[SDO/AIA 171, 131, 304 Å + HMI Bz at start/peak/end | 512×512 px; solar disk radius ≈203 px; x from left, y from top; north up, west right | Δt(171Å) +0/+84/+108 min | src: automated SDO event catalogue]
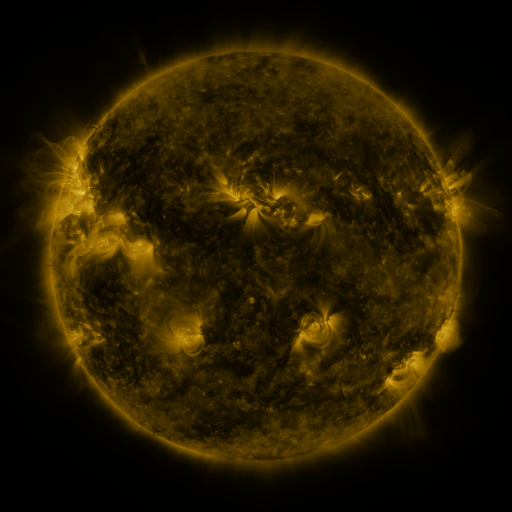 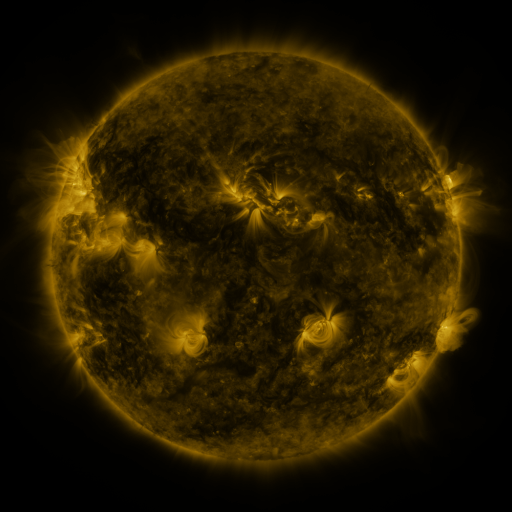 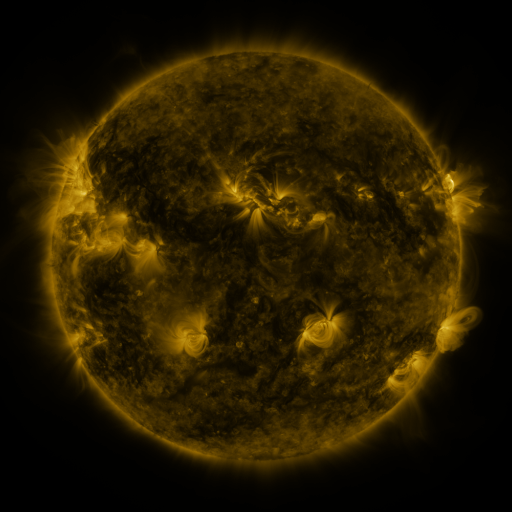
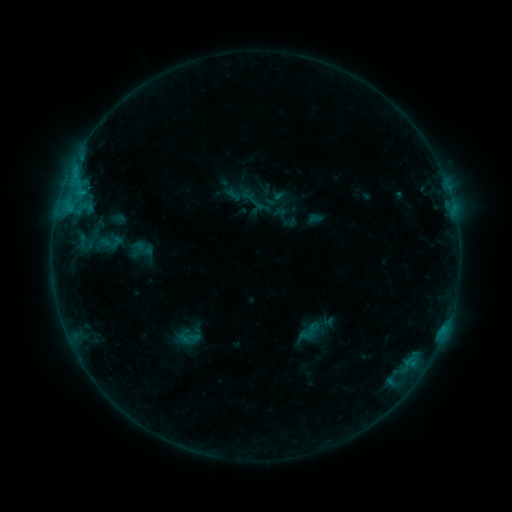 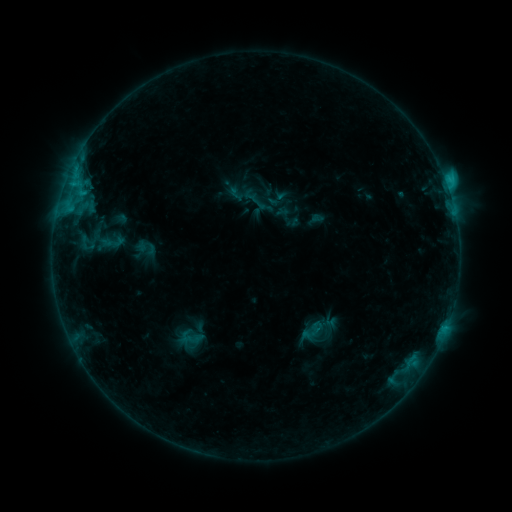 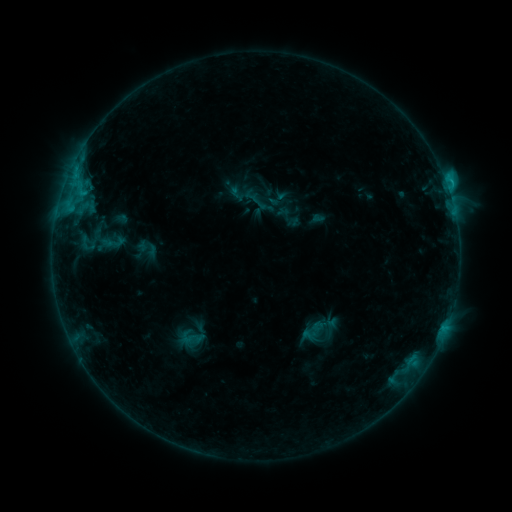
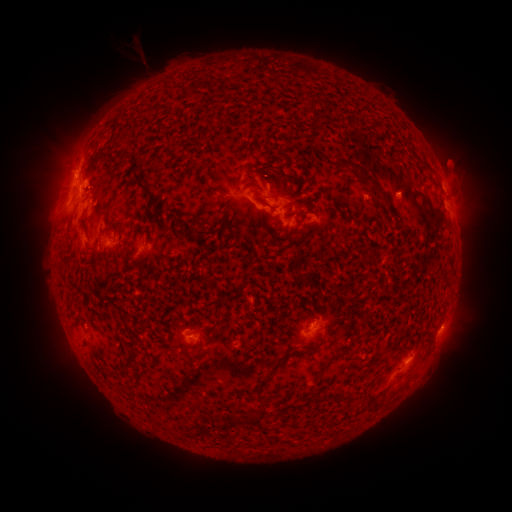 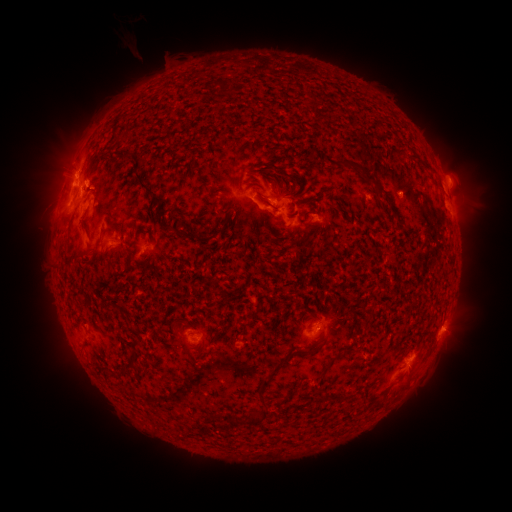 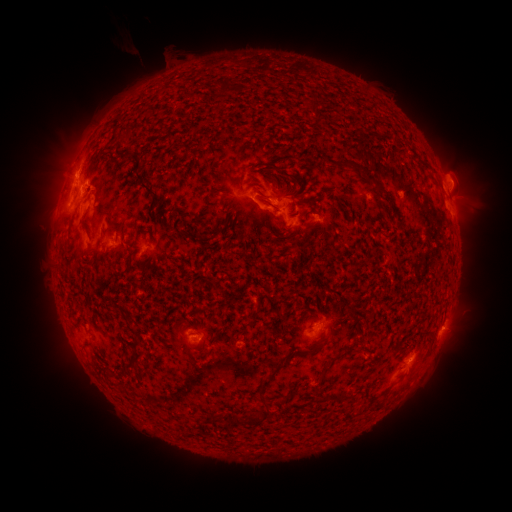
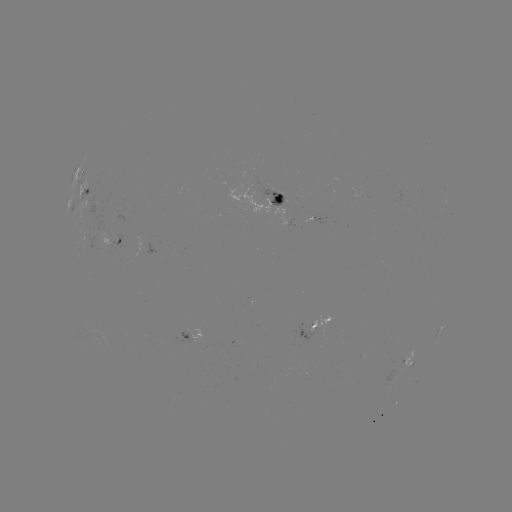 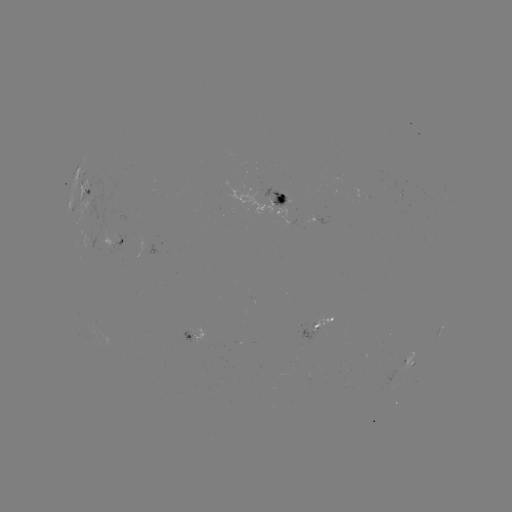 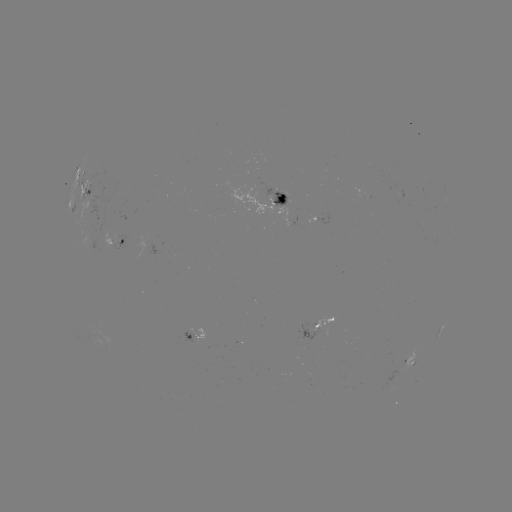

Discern emerging-flux region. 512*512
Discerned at [283, 200].